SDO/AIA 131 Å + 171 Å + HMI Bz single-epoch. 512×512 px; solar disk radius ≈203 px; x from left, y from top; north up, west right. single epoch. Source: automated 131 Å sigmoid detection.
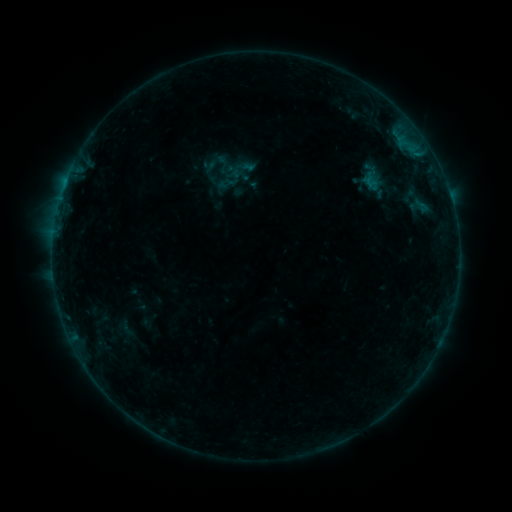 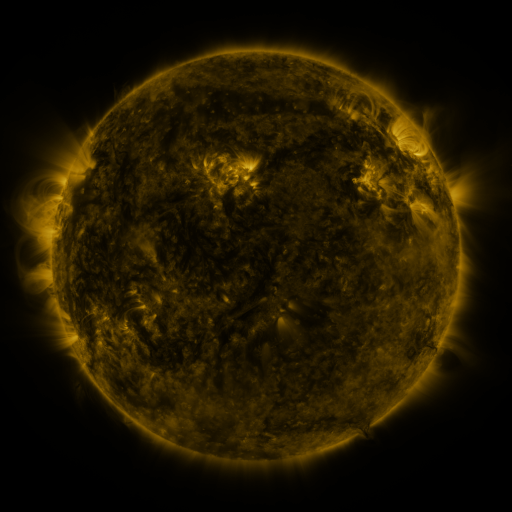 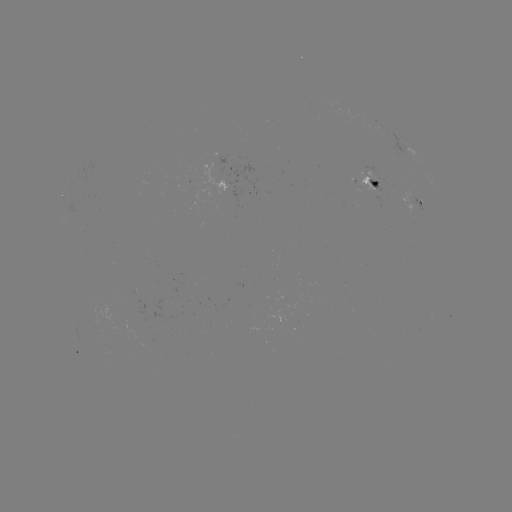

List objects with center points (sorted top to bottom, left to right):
sigmoid: (223, 164)
